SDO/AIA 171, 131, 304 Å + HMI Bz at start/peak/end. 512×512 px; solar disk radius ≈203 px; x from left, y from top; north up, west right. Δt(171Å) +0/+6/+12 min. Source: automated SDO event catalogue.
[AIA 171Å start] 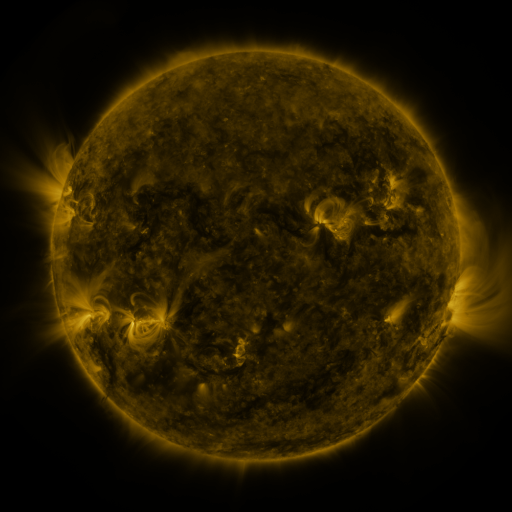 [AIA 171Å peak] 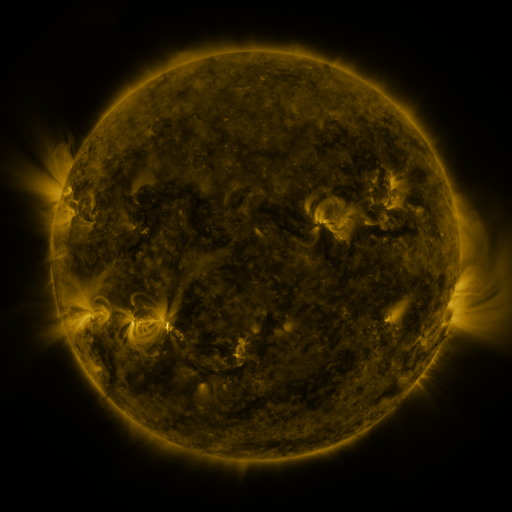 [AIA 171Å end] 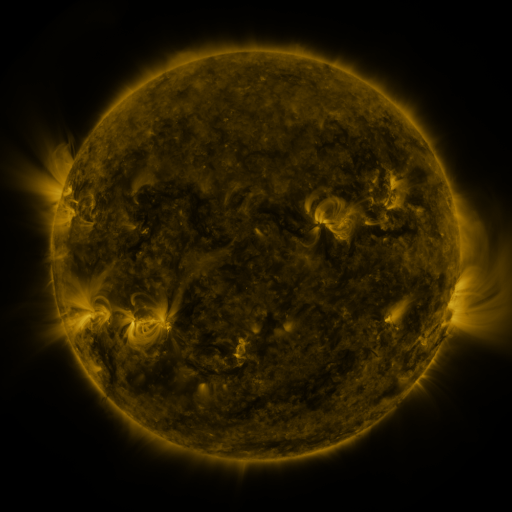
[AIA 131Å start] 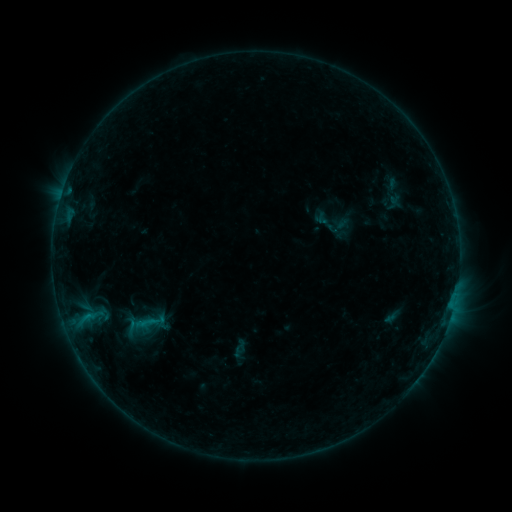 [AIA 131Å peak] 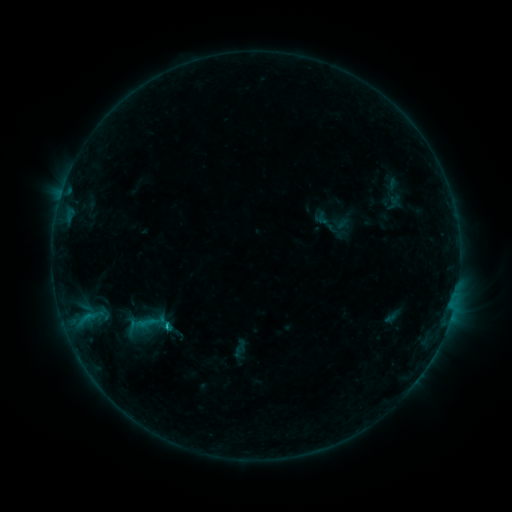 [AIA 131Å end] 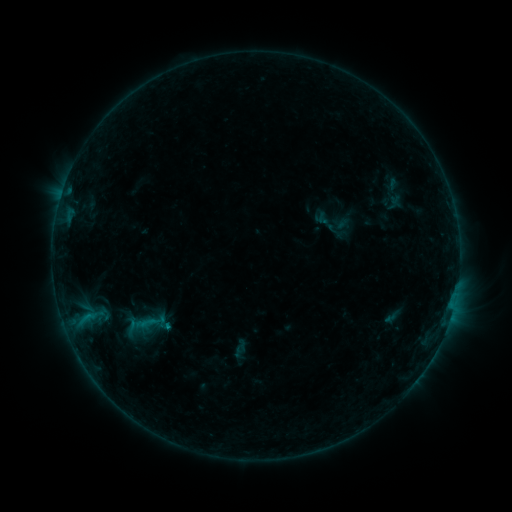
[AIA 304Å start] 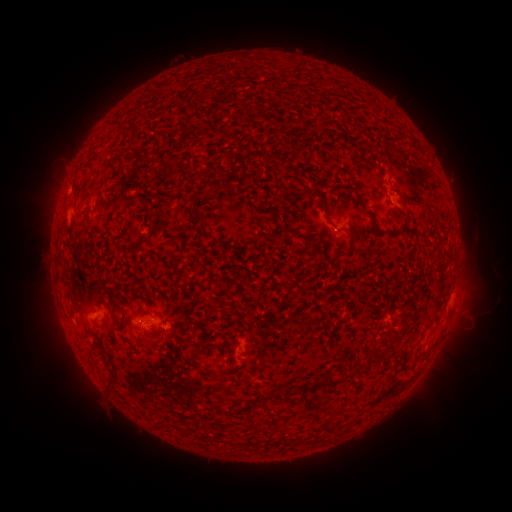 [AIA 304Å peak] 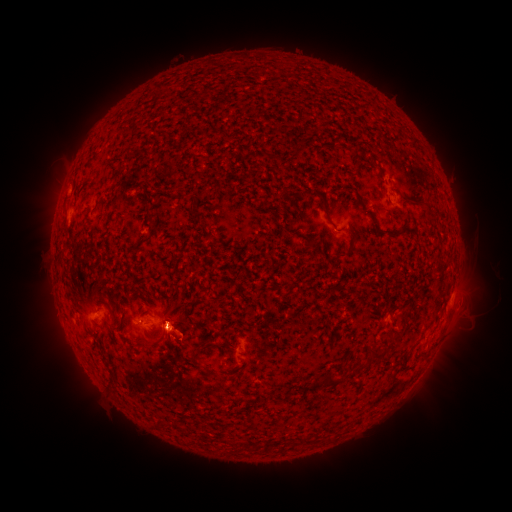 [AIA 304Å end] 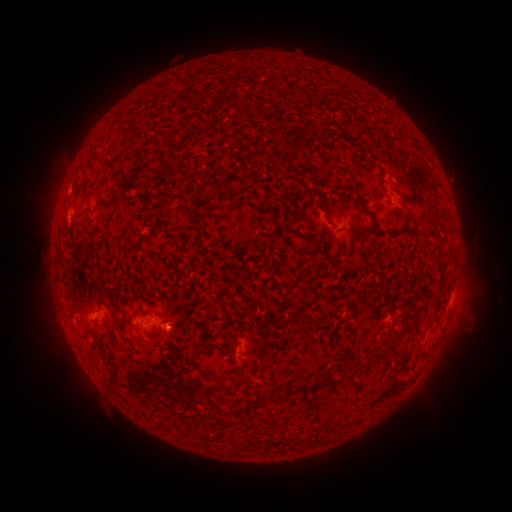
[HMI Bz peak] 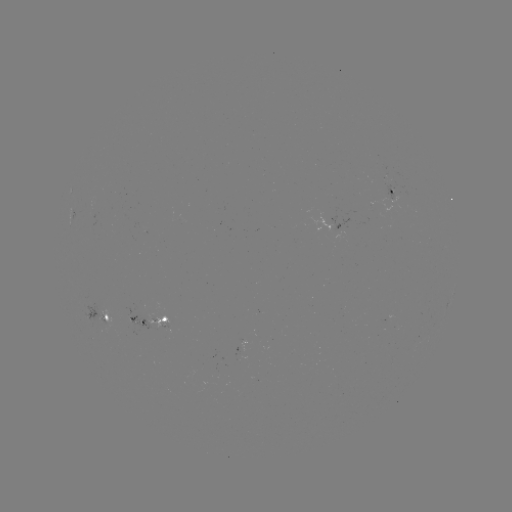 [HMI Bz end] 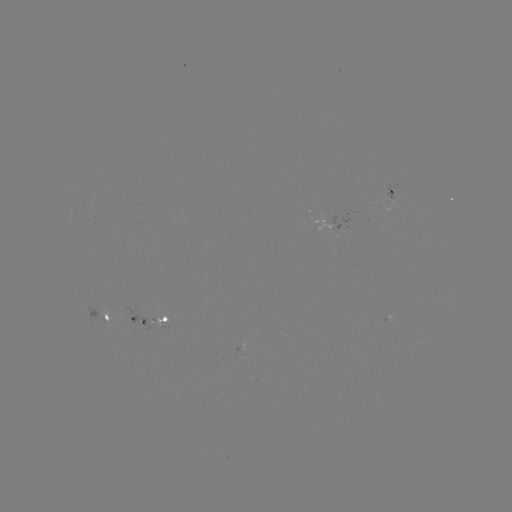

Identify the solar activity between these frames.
eruption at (179, 335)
